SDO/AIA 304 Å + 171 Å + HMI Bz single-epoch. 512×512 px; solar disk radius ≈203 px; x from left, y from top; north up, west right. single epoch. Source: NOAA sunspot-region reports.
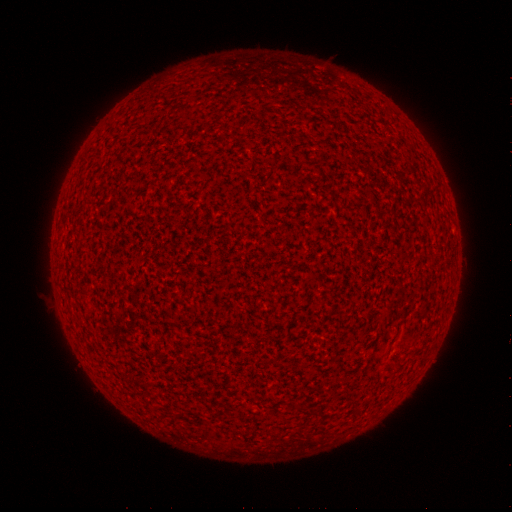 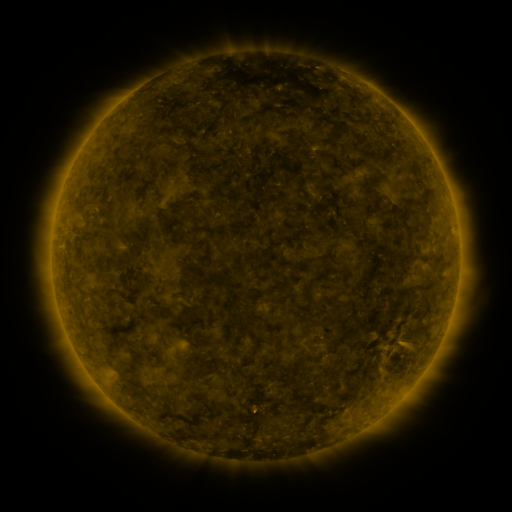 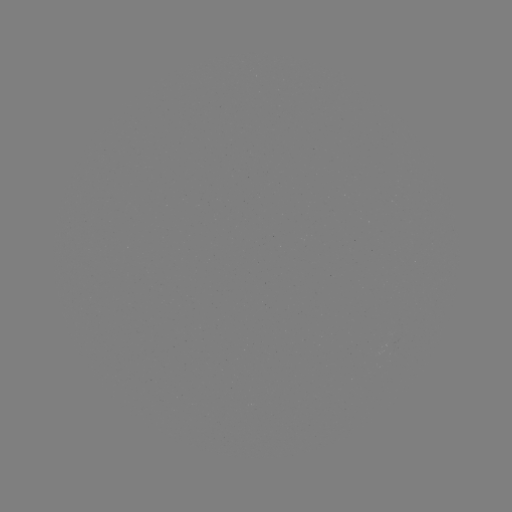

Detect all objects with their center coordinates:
(none)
